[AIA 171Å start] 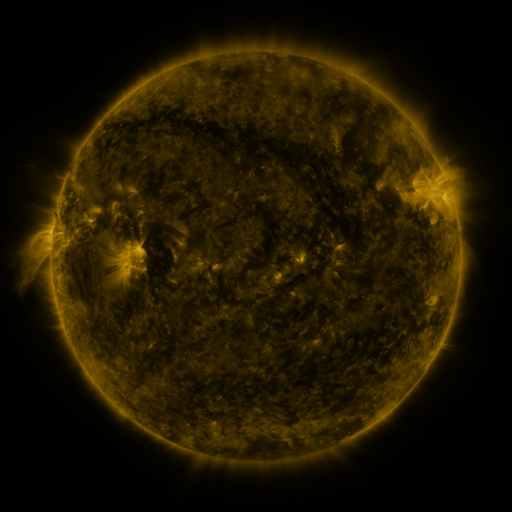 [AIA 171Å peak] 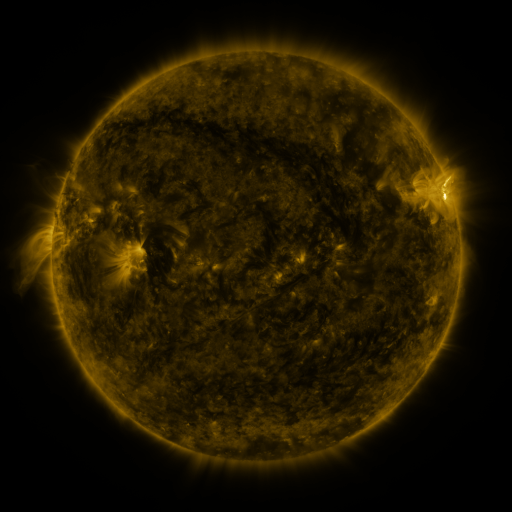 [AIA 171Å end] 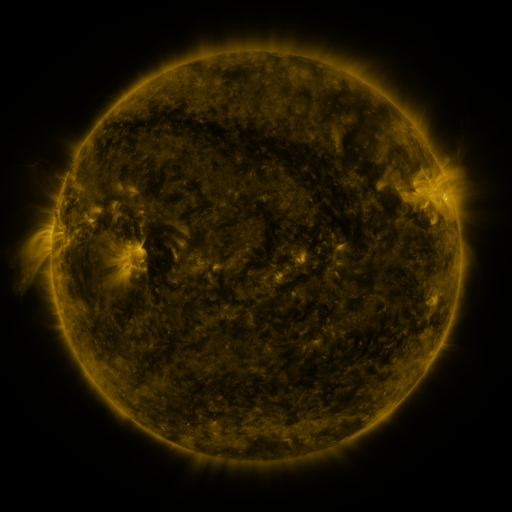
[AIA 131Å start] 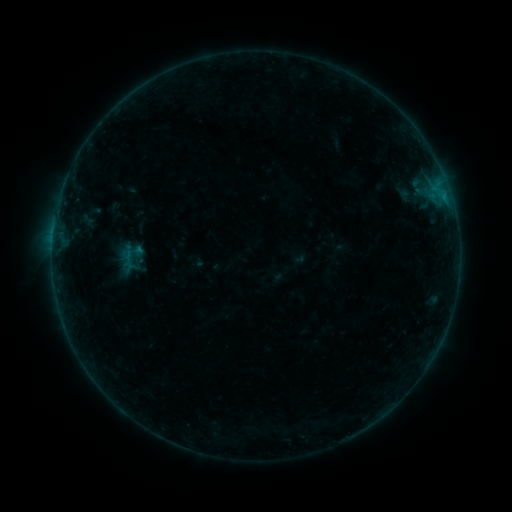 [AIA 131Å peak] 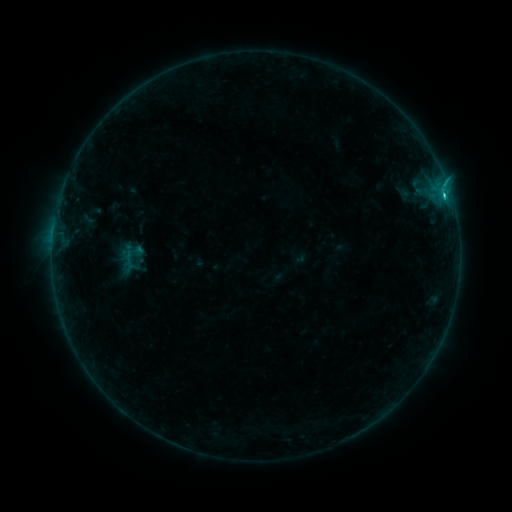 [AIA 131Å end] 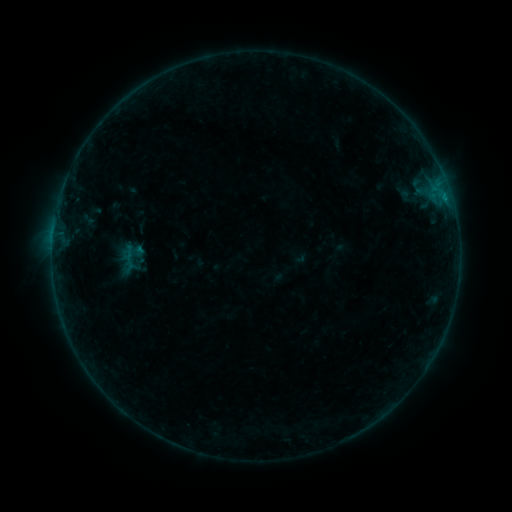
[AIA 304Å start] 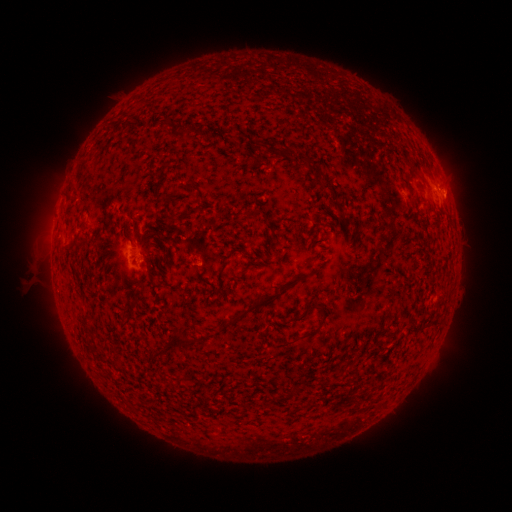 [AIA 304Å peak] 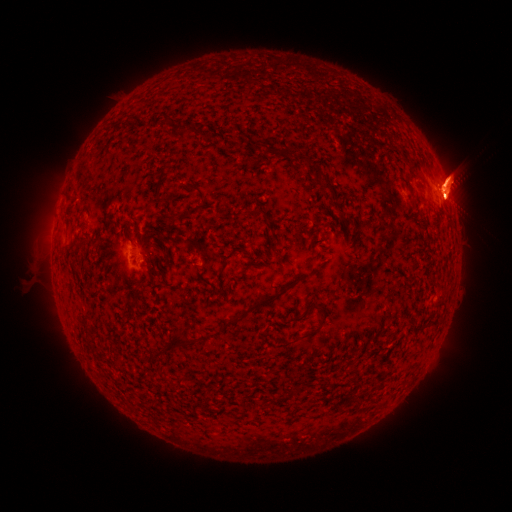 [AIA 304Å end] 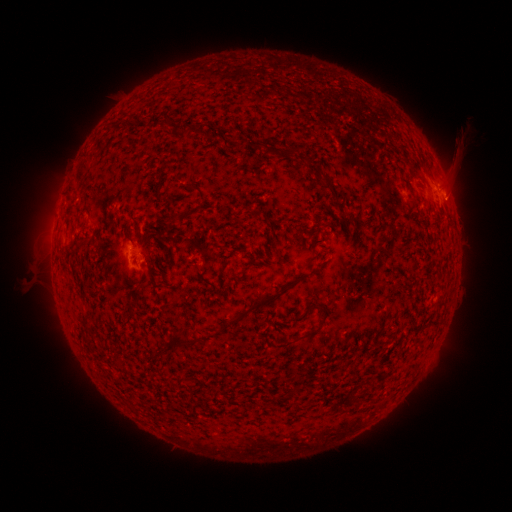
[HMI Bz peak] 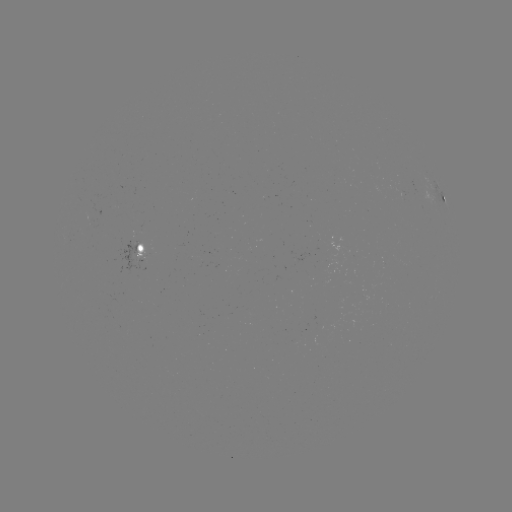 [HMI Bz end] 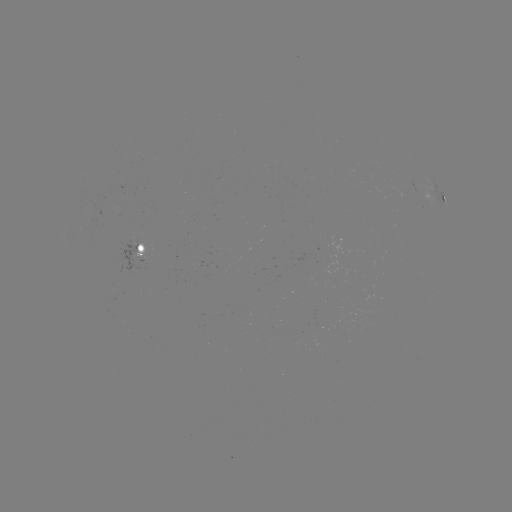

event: eruption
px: (453, 179)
